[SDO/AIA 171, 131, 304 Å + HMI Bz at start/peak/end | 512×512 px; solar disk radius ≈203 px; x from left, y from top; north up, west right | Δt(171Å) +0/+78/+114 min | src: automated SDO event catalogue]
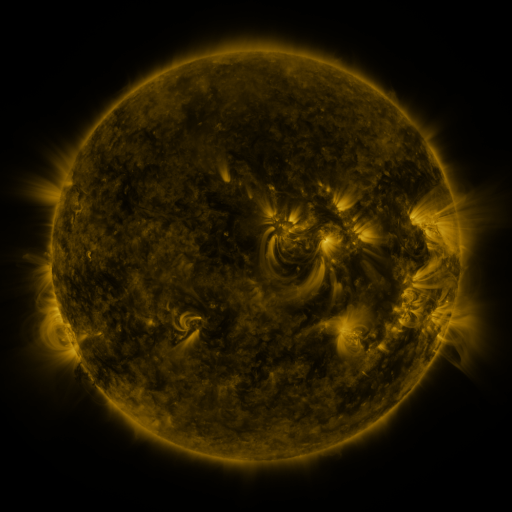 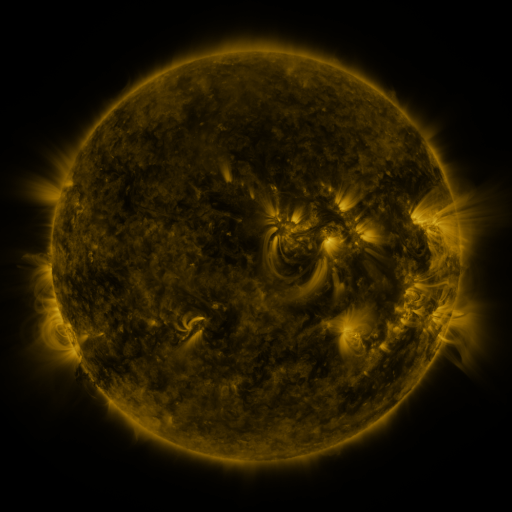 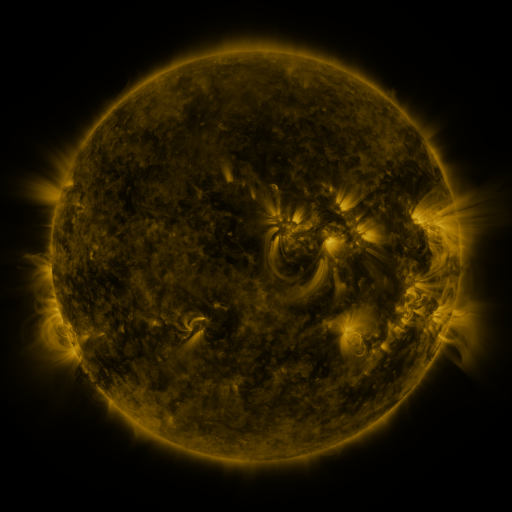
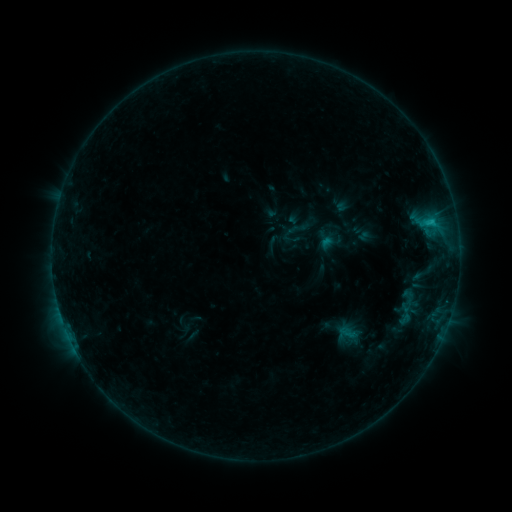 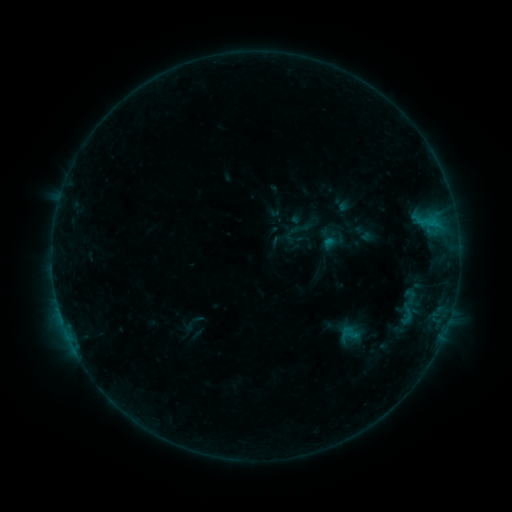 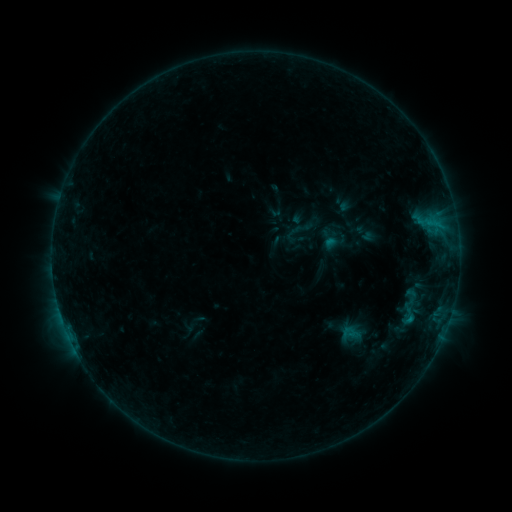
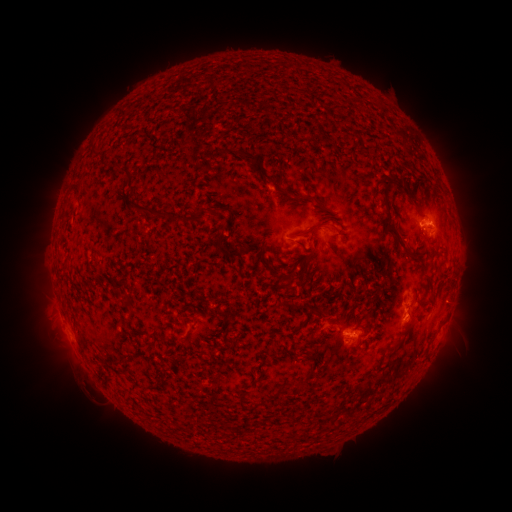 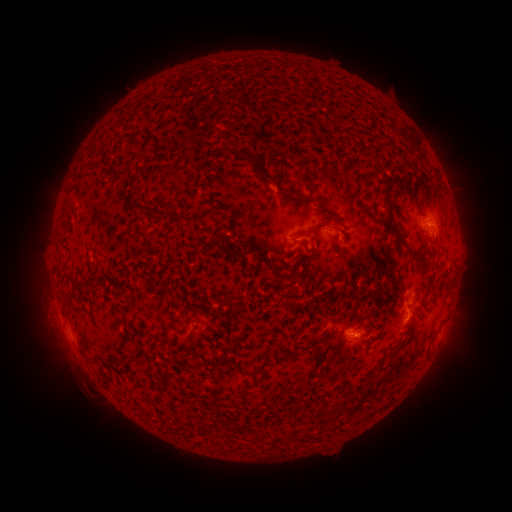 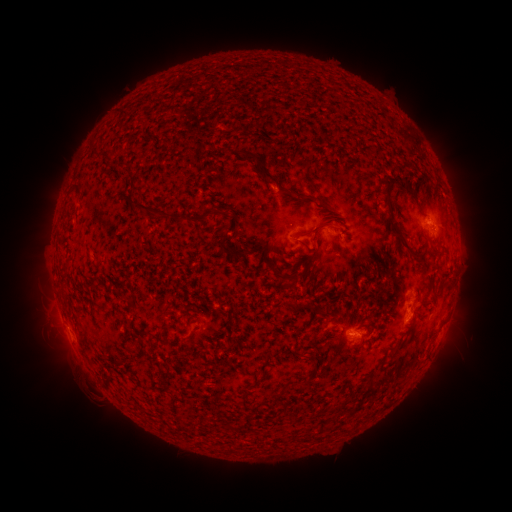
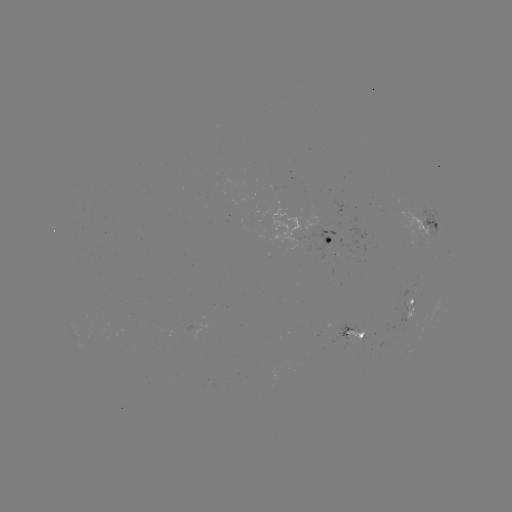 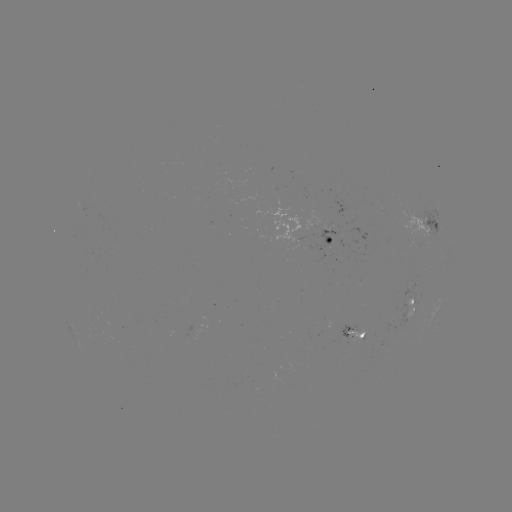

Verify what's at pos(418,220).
emerging-flux region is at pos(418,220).